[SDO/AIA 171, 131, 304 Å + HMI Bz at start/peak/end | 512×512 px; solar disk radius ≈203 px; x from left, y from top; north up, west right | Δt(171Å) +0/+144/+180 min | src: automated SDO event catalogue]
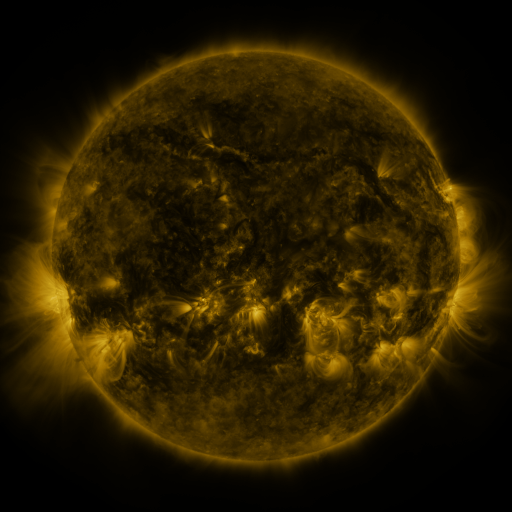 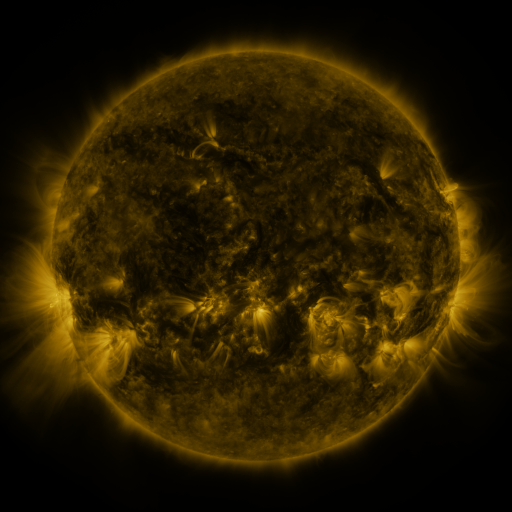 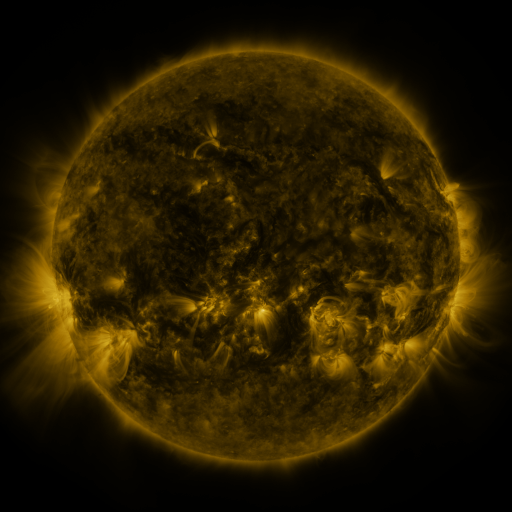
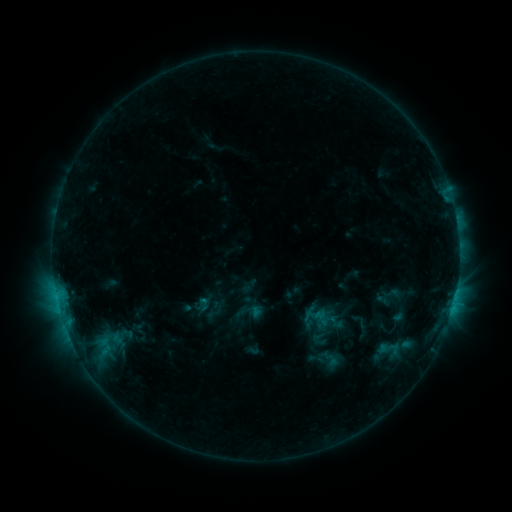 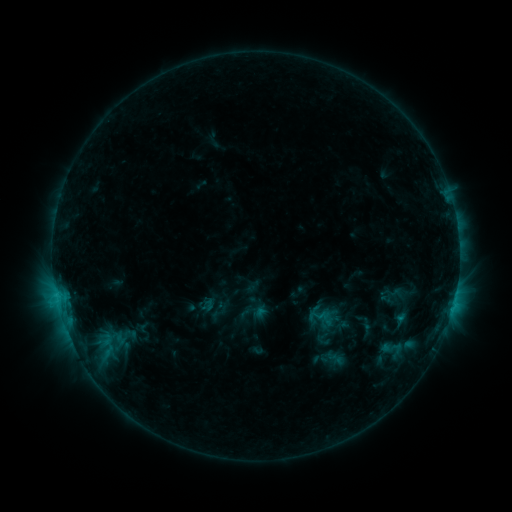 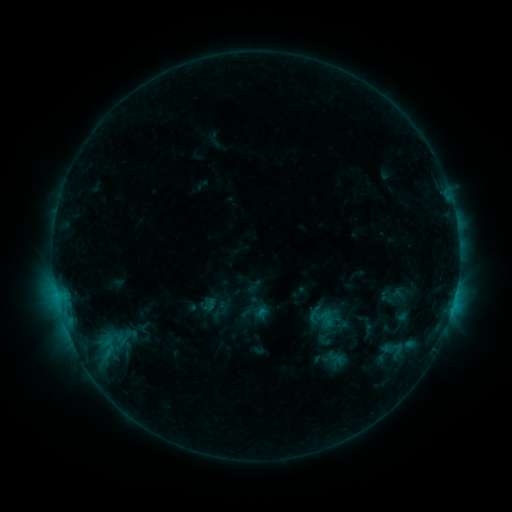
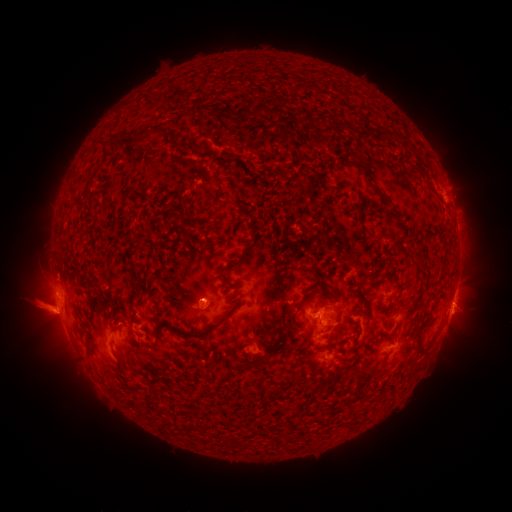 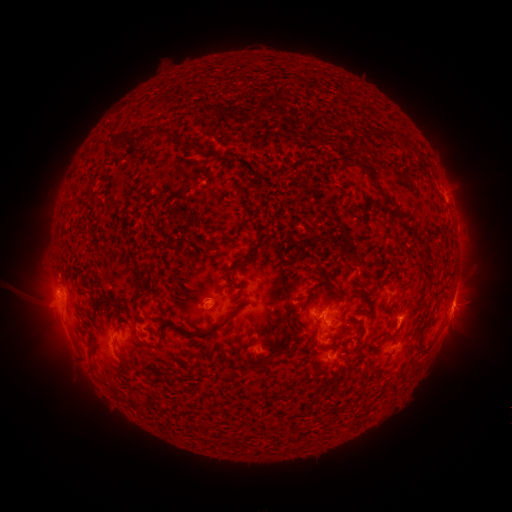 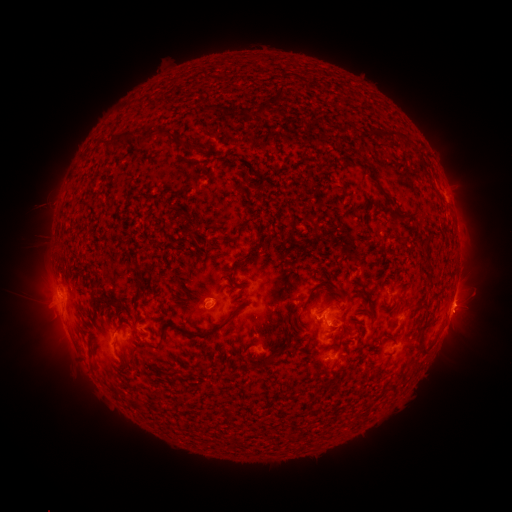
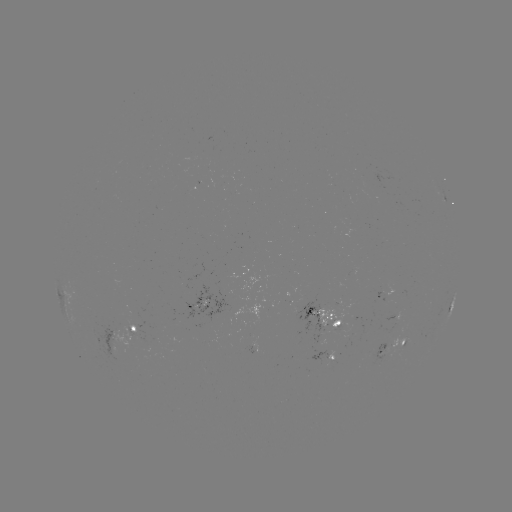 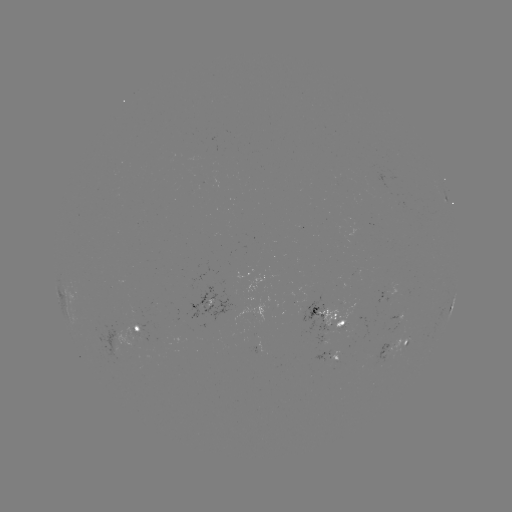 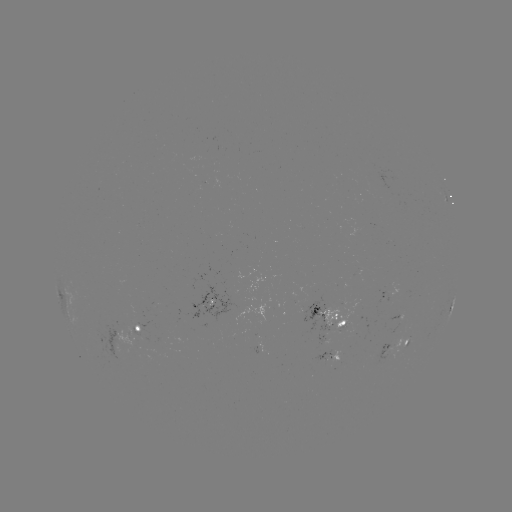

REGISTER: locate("emerging-flux region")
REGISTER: (358, 328)